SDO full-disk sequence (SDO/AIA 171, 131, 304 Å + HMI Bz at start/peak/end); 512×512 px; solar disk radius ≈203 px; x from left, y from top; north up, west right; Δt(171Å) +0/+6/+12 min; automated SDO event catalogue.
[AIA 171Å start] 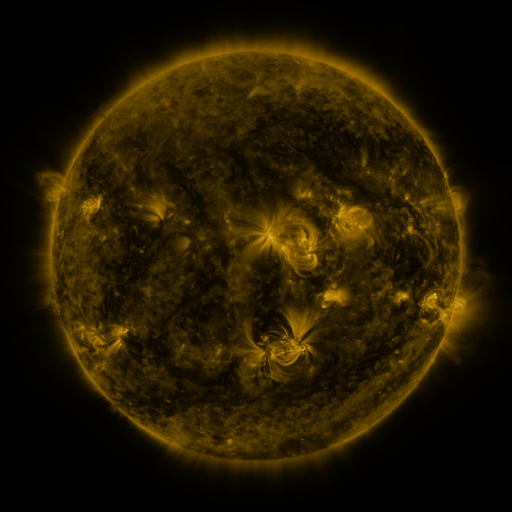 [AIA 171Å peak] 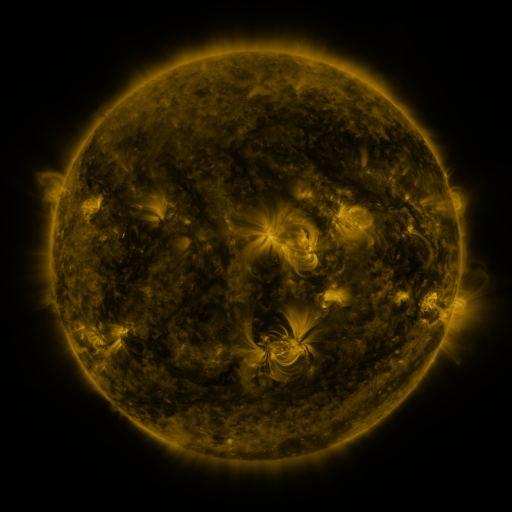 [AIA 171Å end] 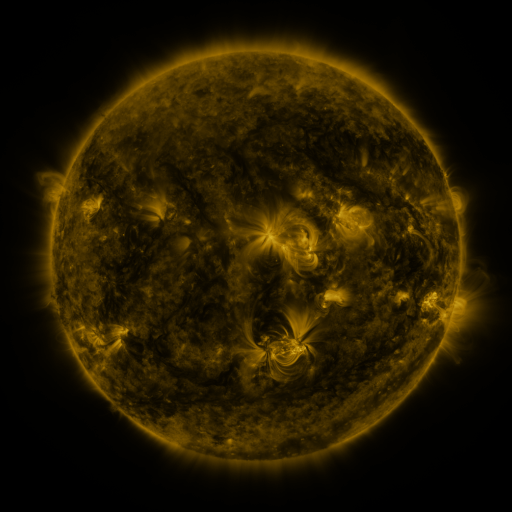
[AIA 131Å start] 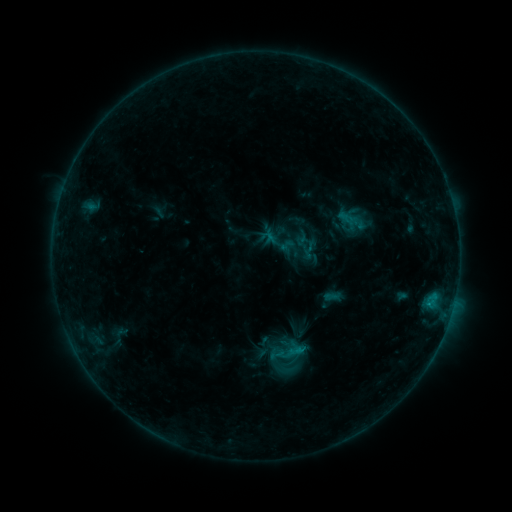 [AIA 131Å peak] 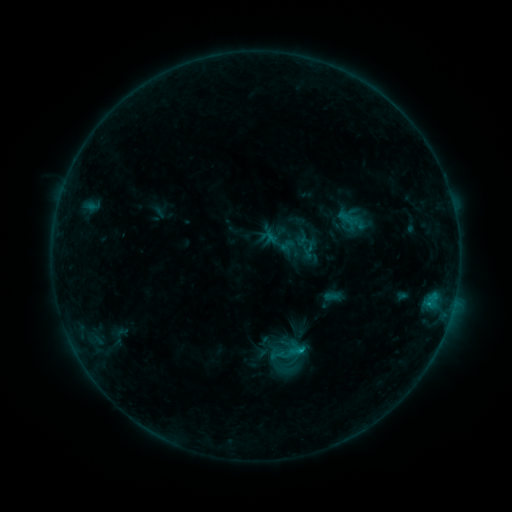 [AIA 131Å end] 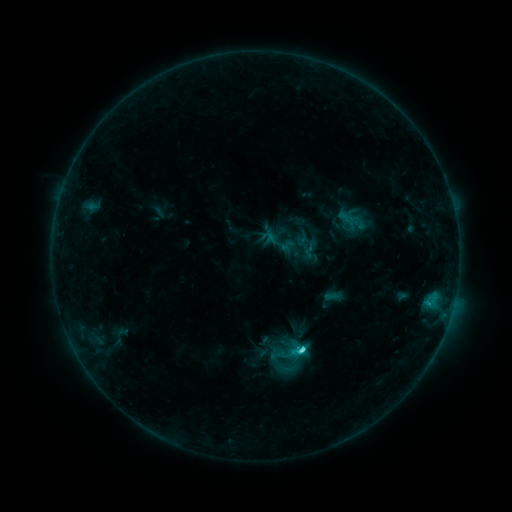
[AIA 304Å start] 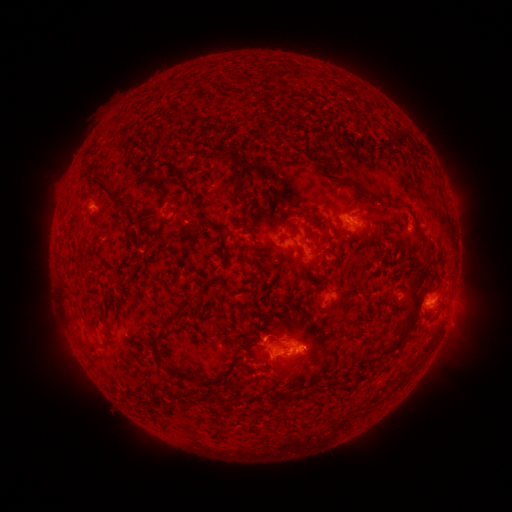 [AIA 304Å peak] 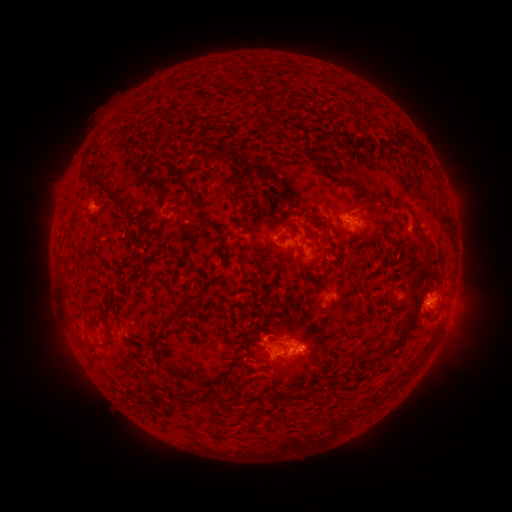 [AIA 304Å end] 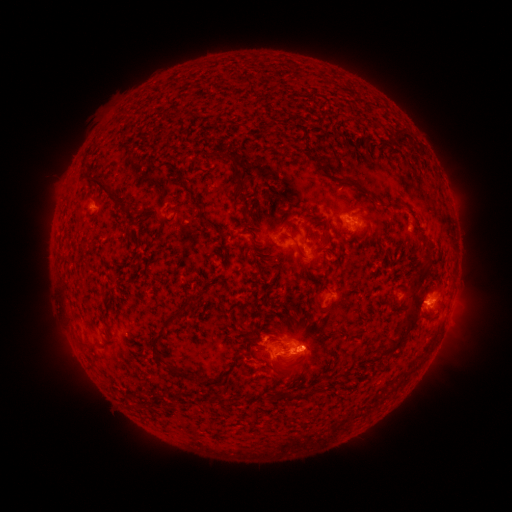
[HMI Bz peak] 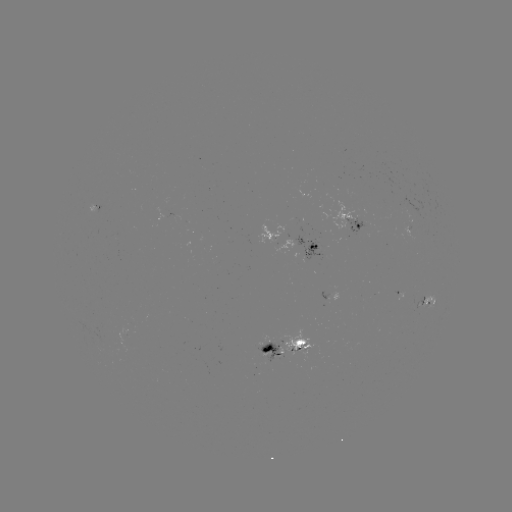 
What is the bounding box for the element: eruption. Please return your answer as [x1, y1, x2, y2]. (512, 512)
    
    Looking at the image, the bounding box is [289, 325, 338, 380].